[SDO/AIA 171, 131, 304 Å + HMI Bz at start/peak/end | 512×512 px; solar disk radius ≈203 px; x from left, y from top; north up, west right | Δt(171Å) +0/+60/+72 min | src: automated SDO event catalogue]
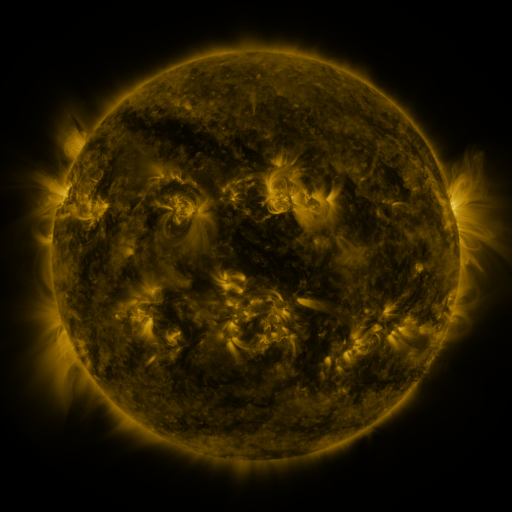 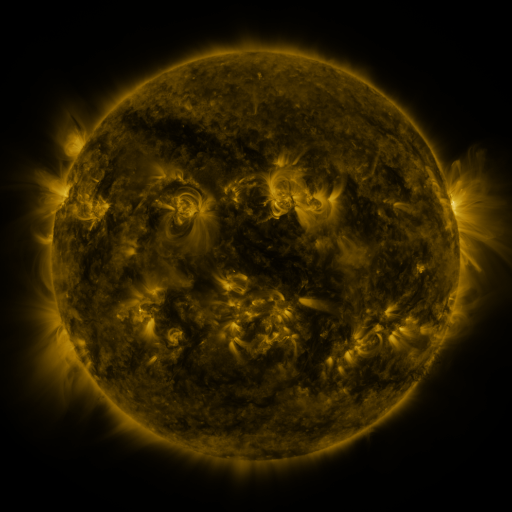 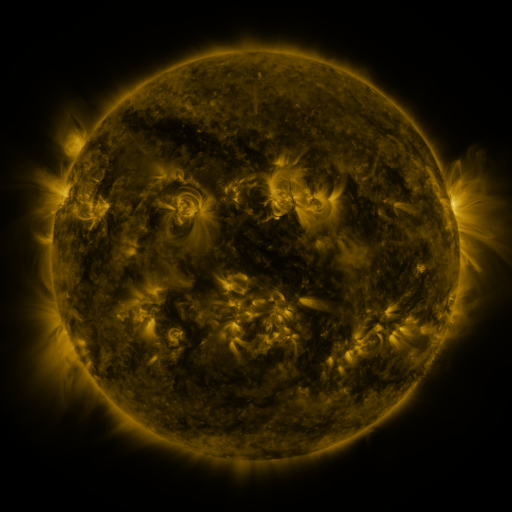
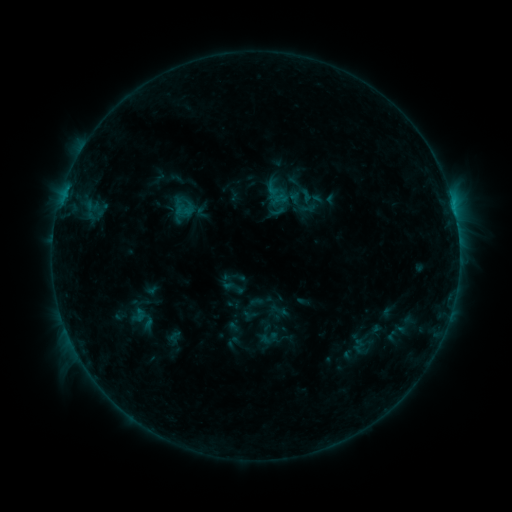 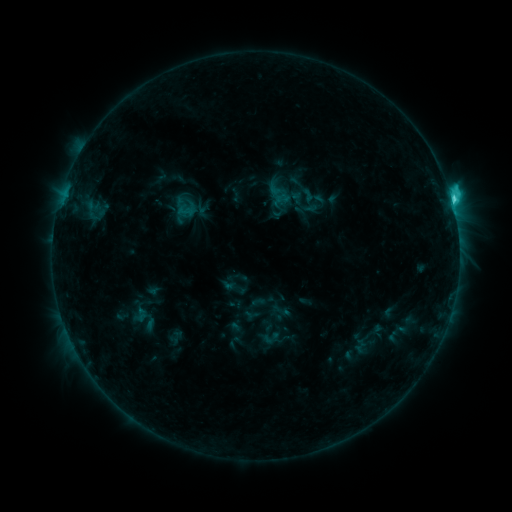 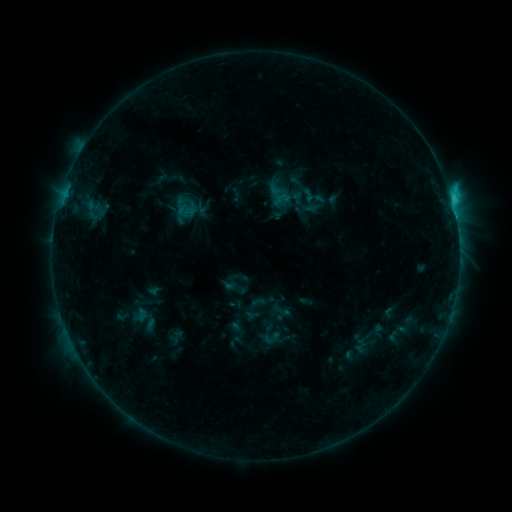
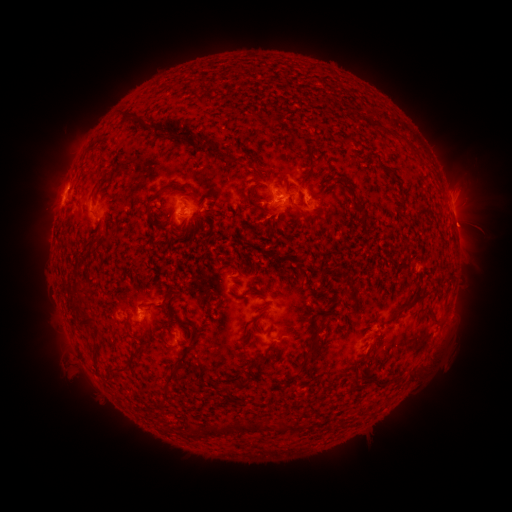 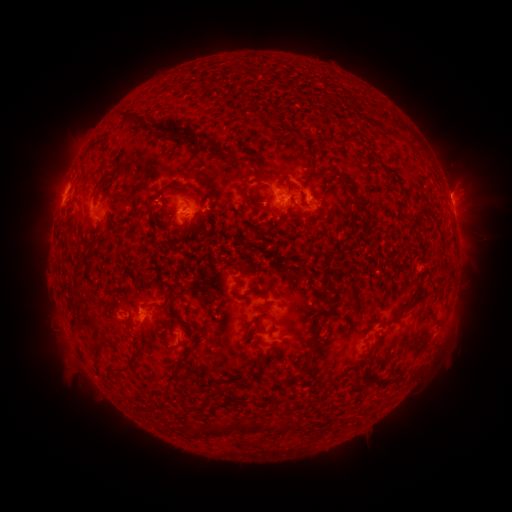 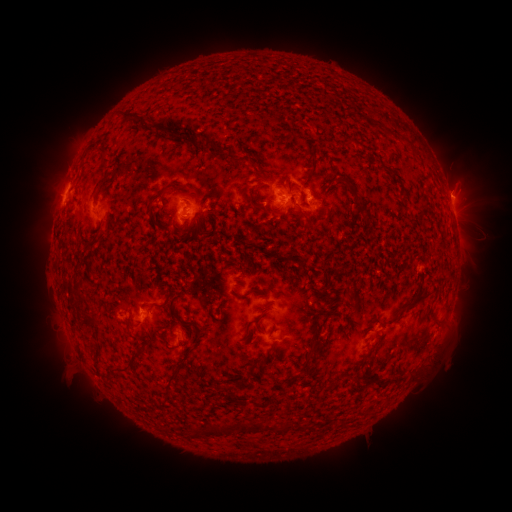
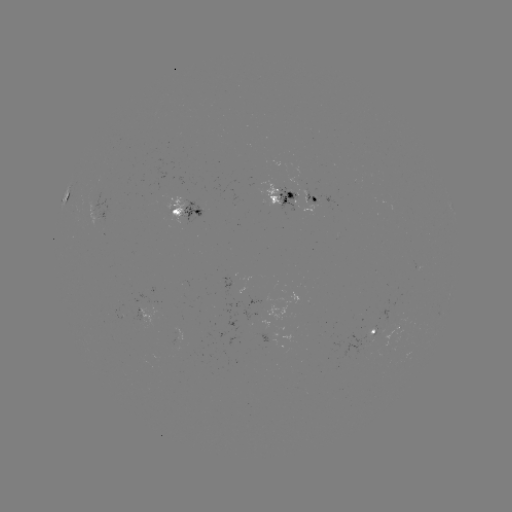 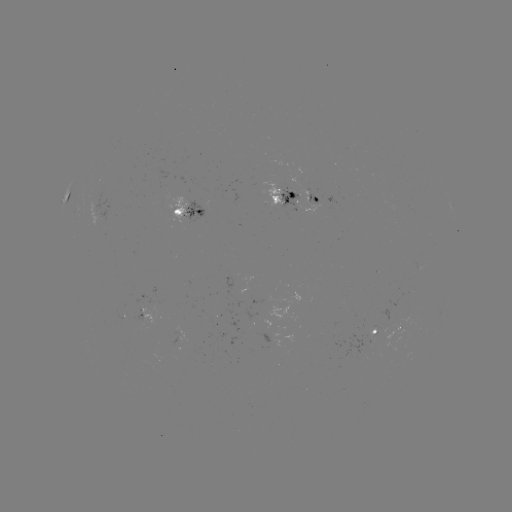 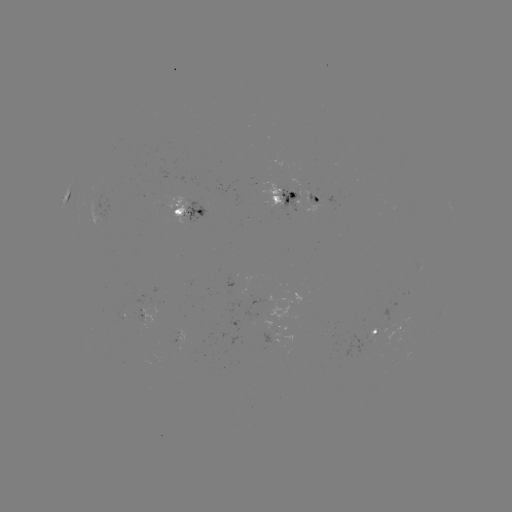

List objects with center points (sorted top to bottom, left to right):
emerging-flux region: (377, 329)
